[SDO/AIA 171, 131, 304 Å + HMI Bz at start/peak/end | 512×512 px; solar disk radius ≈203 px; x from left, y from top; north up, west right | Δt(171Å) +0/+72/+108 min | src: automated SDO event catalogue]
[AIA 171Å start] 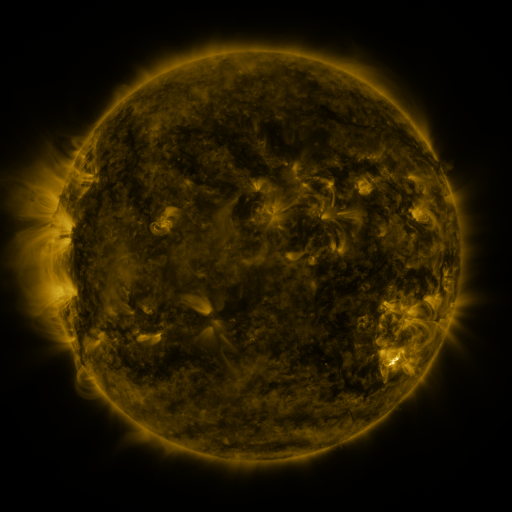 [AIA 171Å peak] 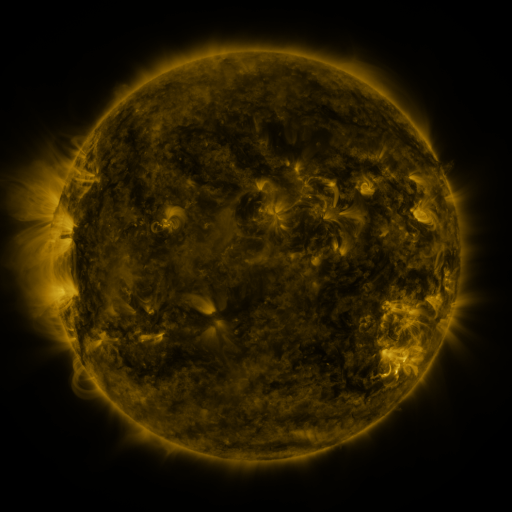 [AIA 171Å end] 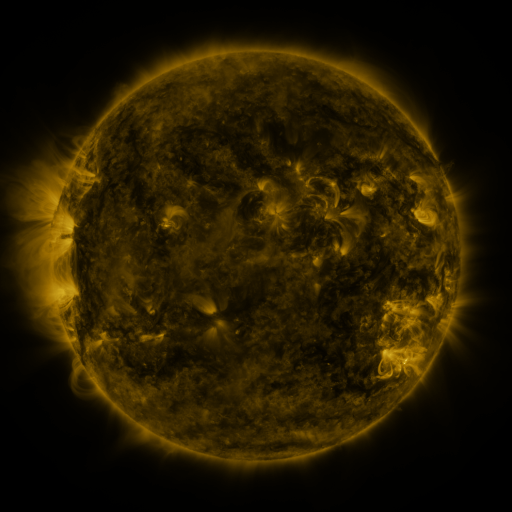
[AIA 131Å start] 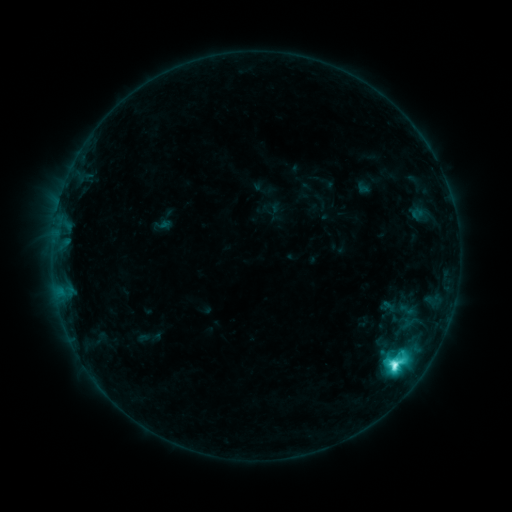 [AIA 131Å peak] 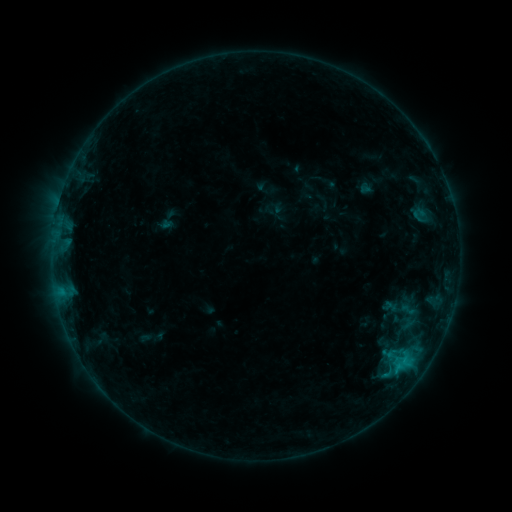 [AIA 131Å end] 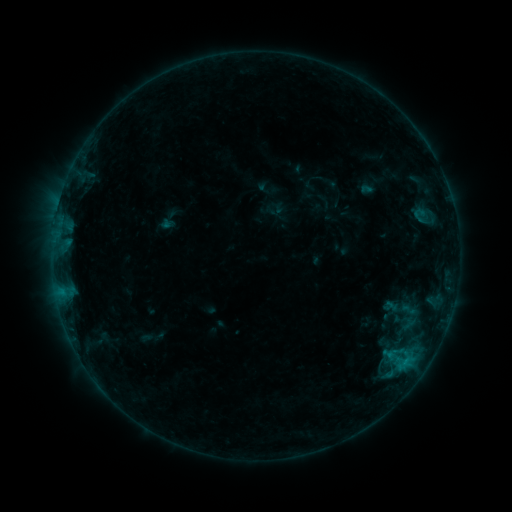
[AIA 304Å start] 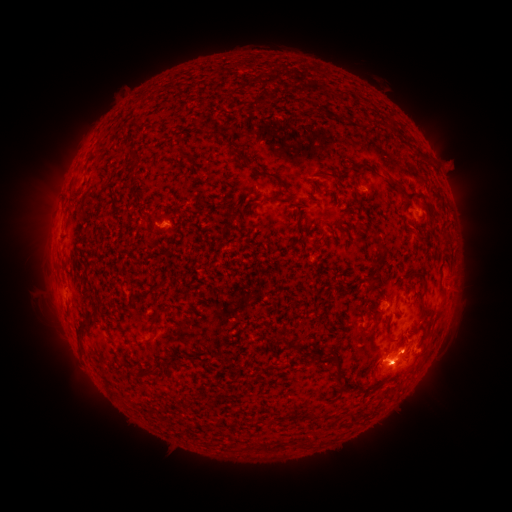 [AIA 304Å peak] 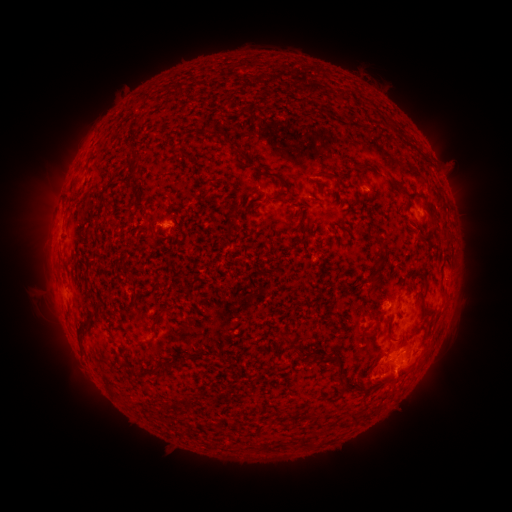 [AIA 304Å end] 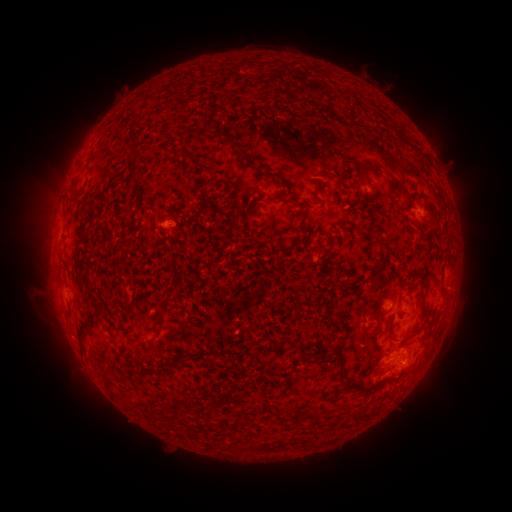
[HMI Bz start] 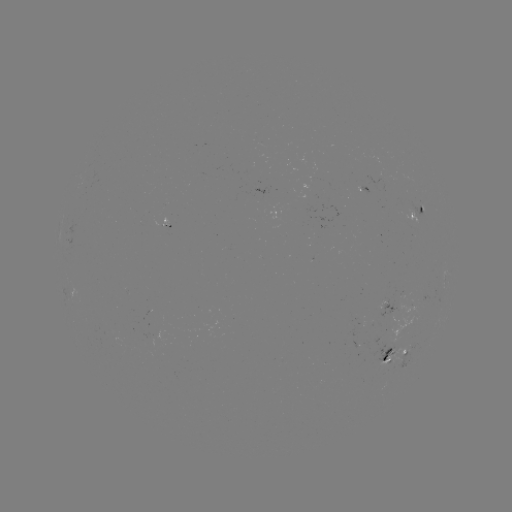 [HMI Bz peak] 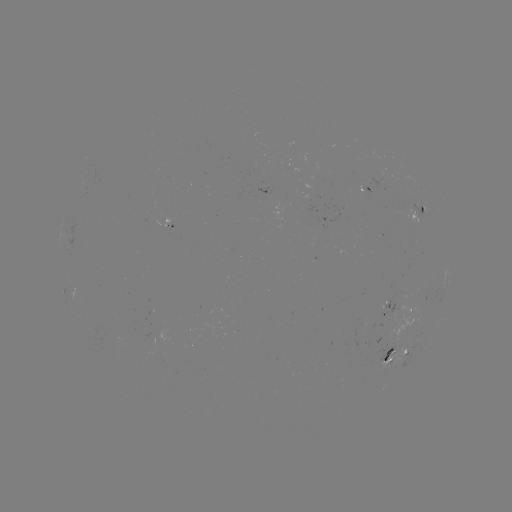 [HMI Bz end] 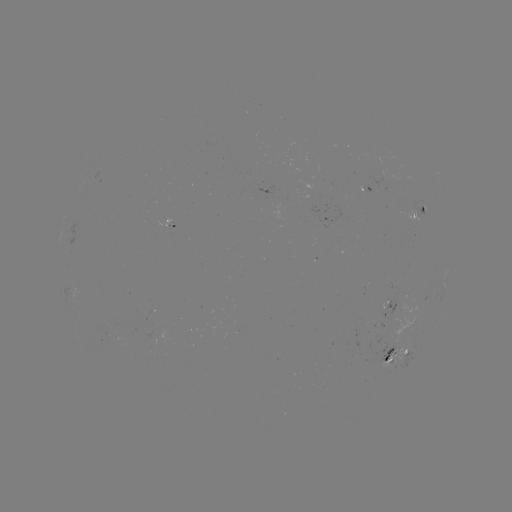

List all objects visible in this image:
emerging-flux region: (388, 304)
